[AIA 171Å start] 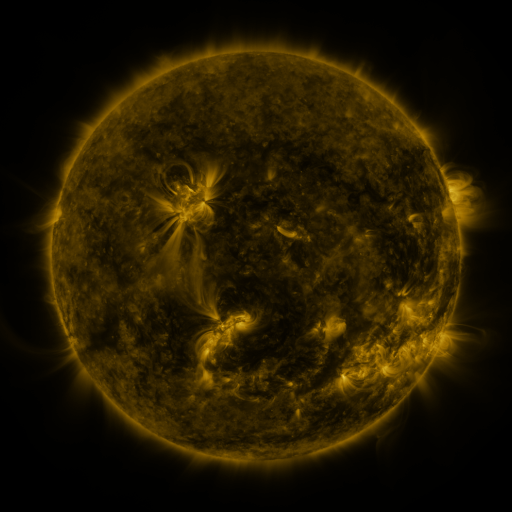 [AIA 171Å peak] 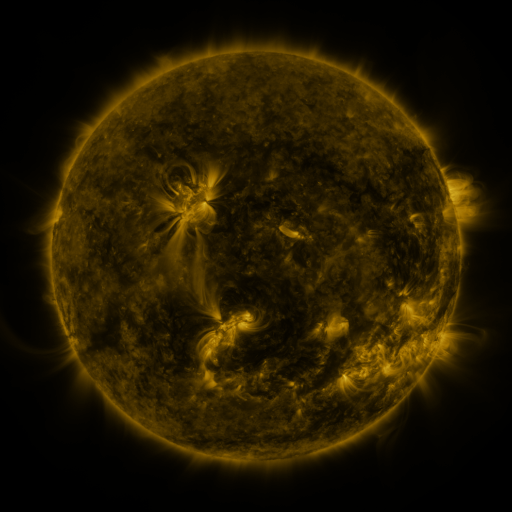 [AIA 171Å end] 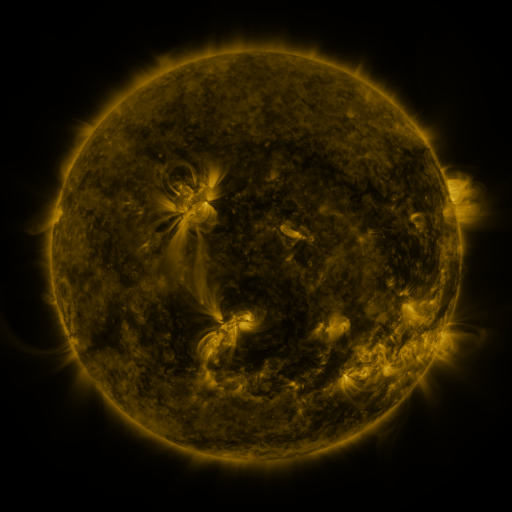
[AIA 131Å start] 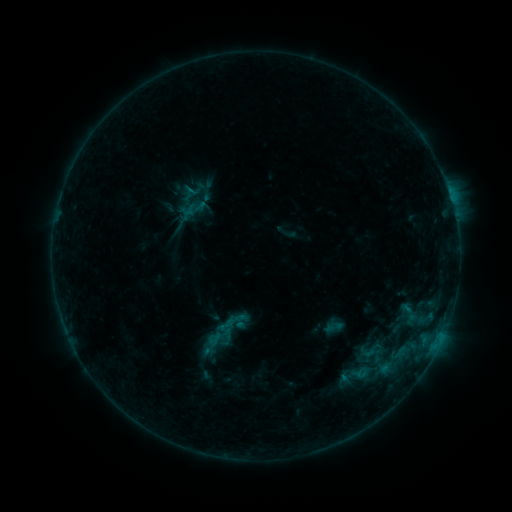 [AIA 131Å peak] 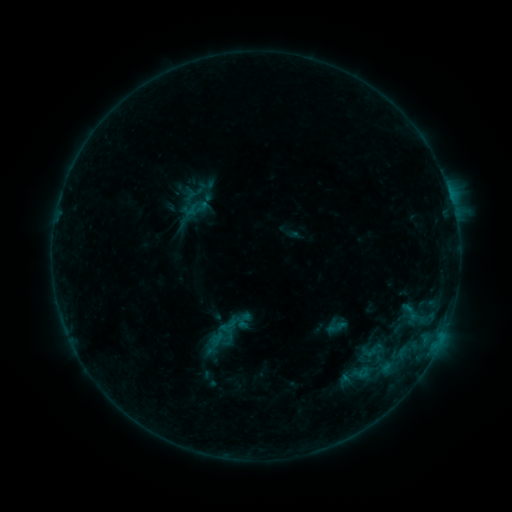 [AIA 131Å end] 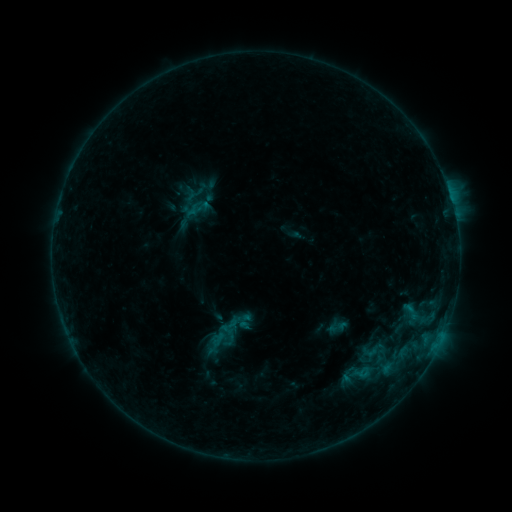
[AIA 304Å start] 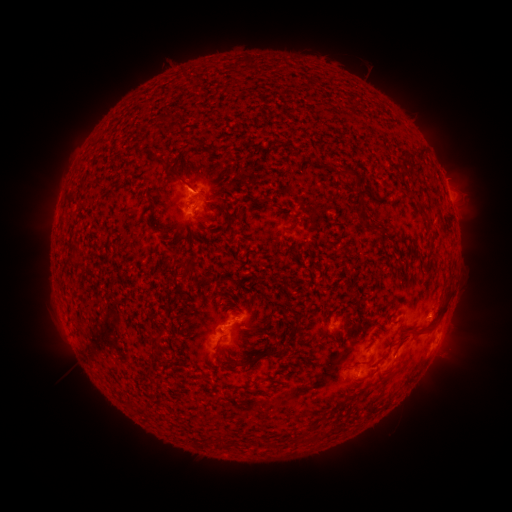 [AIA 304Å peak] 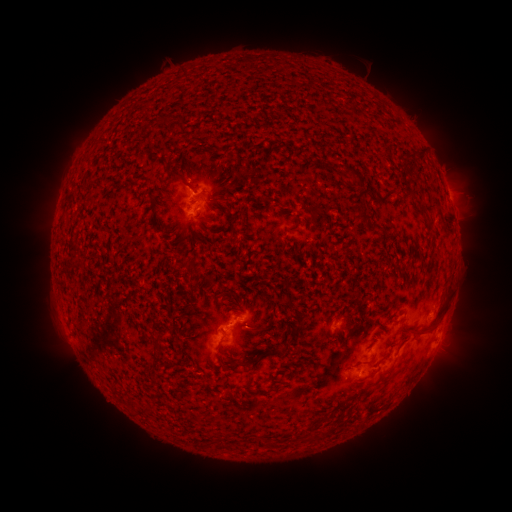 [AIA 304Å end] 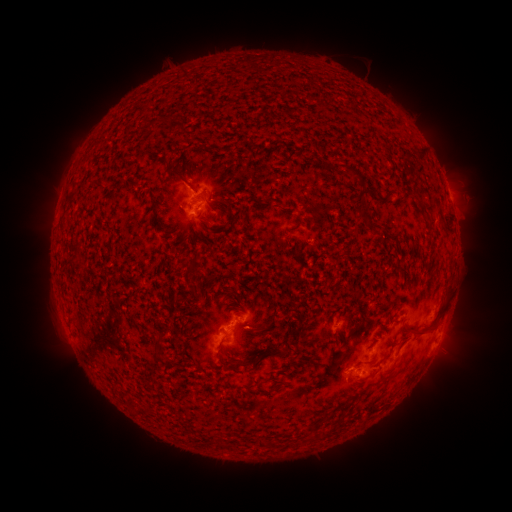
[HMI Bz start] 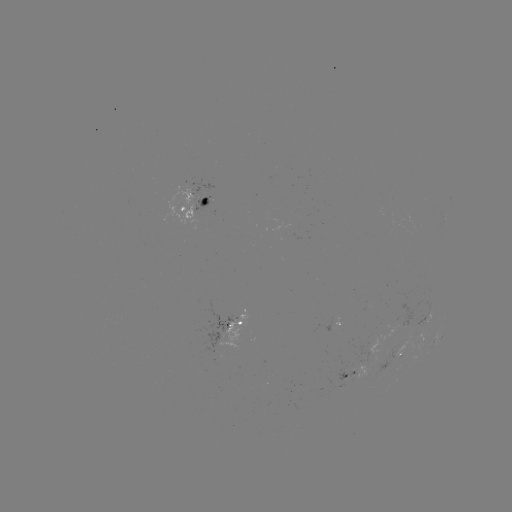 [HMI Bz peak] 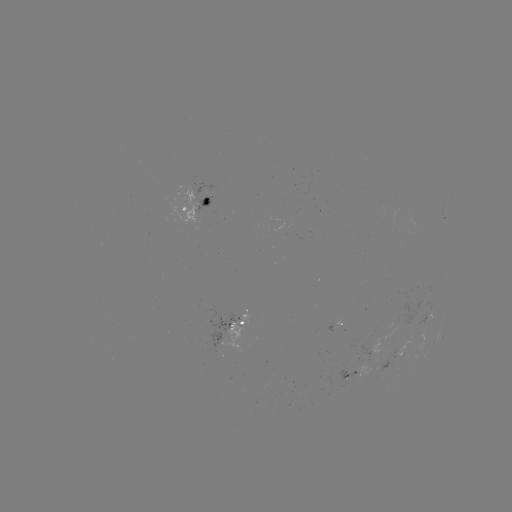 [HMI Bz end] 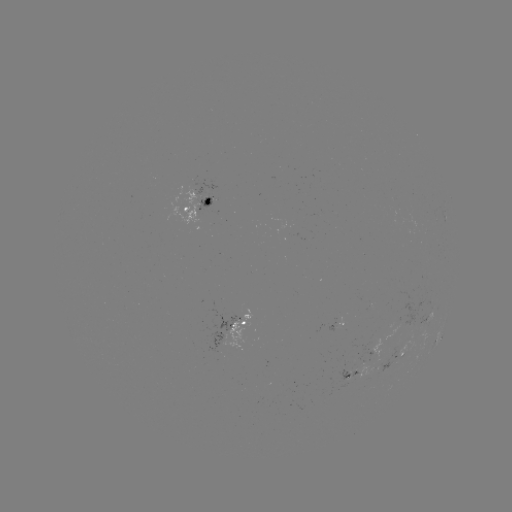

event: emerging-flux region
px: (358, 375)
